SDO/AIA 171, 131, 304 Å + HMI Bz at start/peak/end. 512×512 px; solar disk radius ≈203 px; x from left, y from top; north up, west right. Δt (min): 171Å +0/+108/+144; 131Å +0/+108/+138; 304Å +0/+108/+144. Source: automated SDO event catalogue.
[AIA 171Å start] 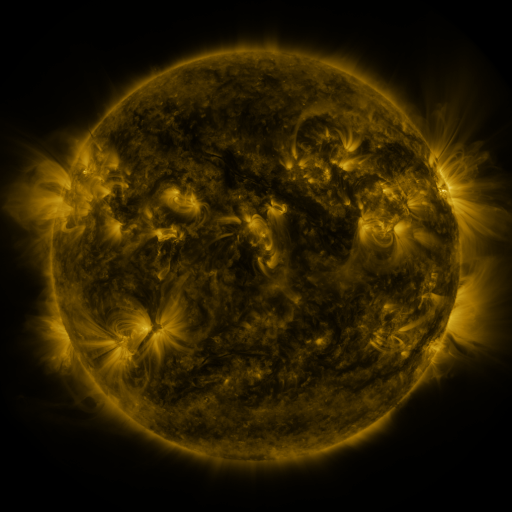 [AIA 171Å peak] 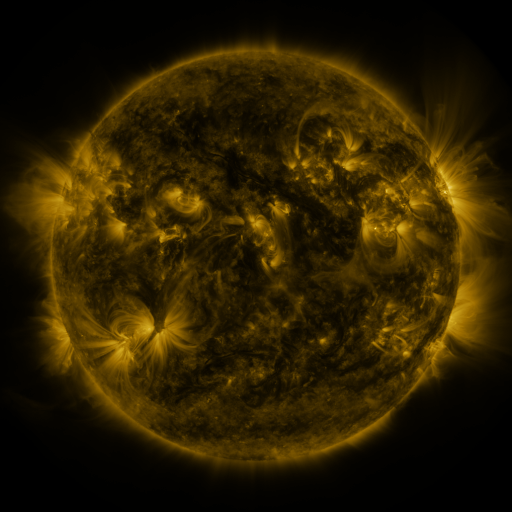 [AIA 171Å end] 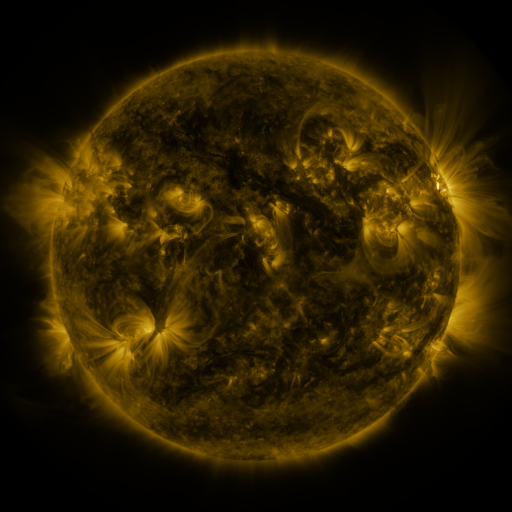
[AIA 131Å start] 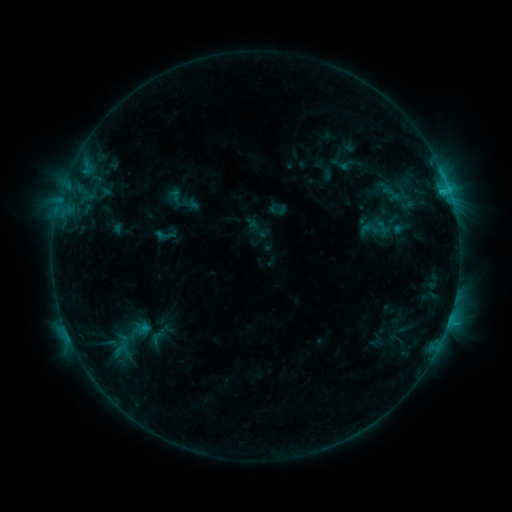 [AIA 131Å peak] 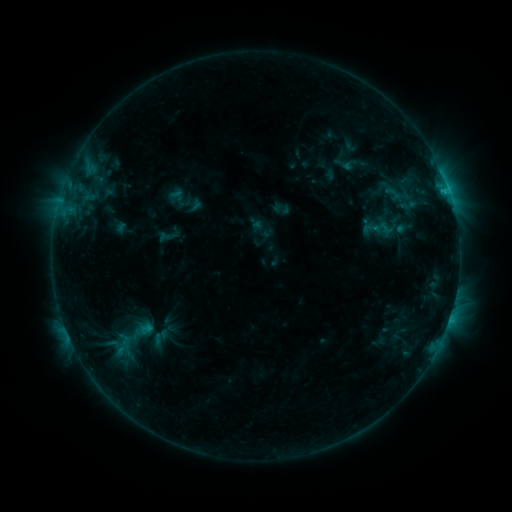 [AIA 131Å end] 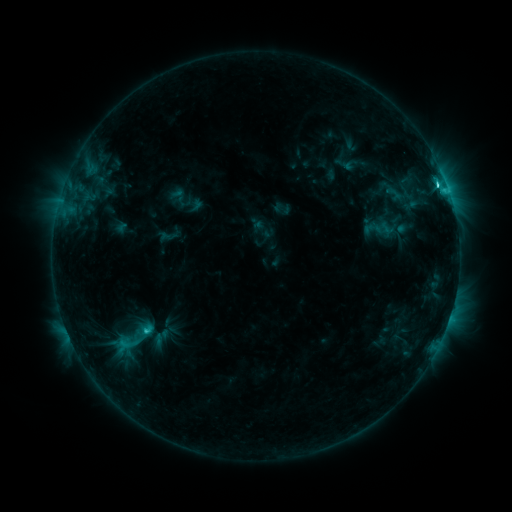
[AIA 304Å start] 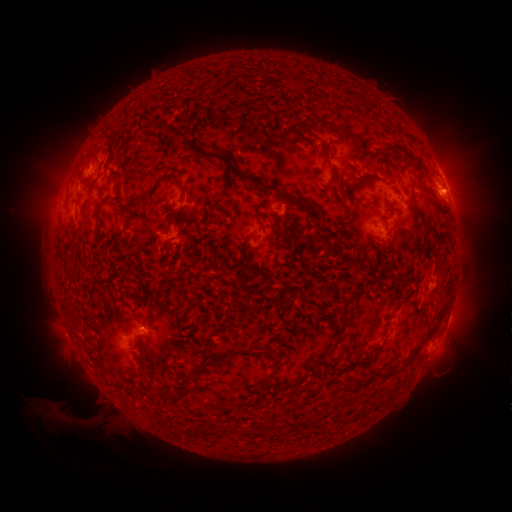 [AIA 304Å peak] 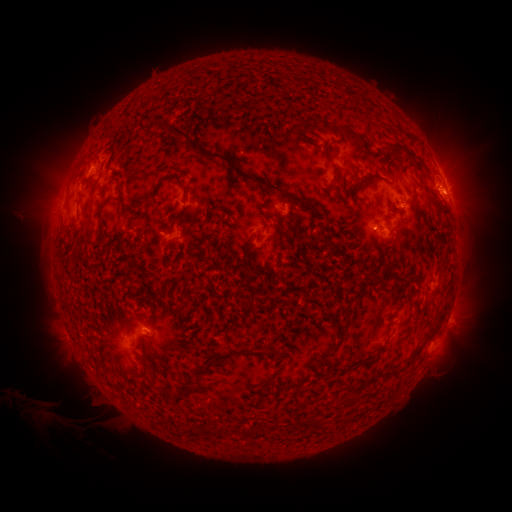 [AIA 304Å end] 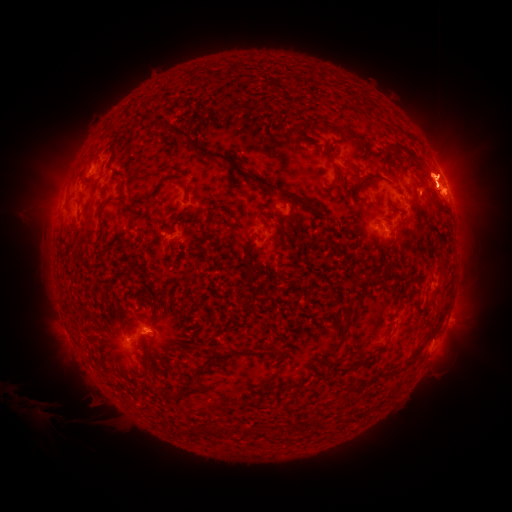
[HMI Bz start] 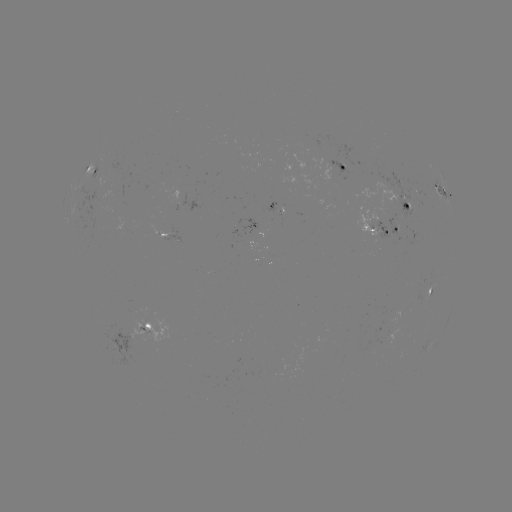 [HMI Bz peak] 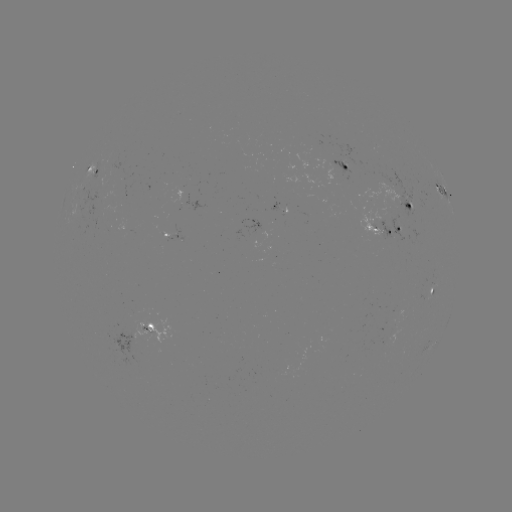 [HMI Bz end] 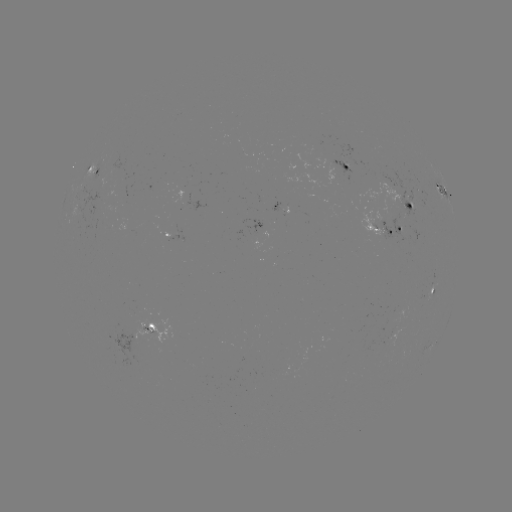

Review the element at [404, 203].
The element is emerging-flux region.